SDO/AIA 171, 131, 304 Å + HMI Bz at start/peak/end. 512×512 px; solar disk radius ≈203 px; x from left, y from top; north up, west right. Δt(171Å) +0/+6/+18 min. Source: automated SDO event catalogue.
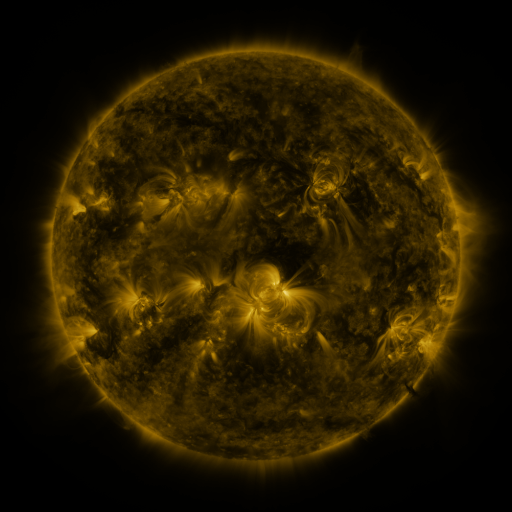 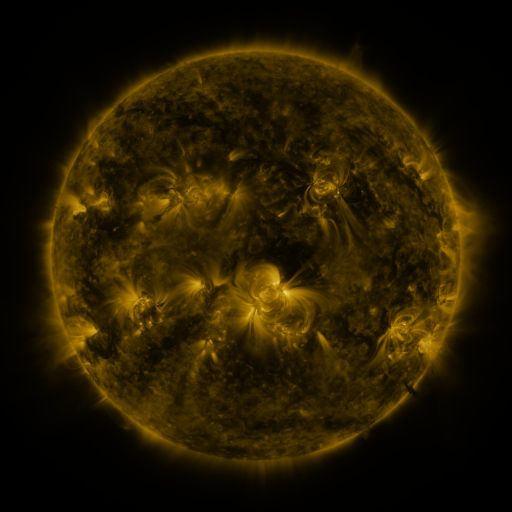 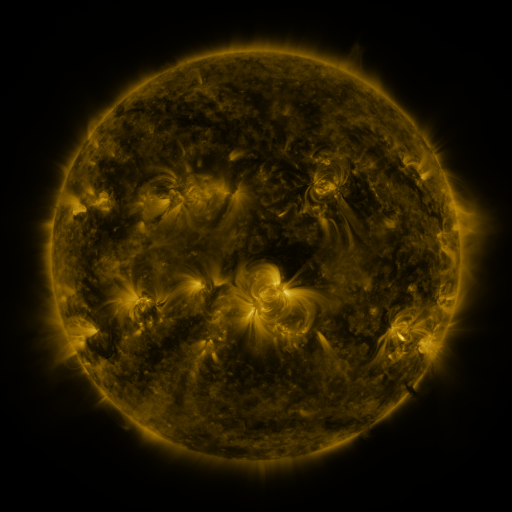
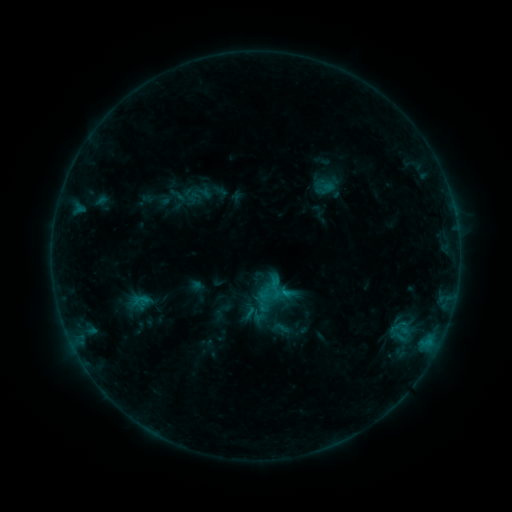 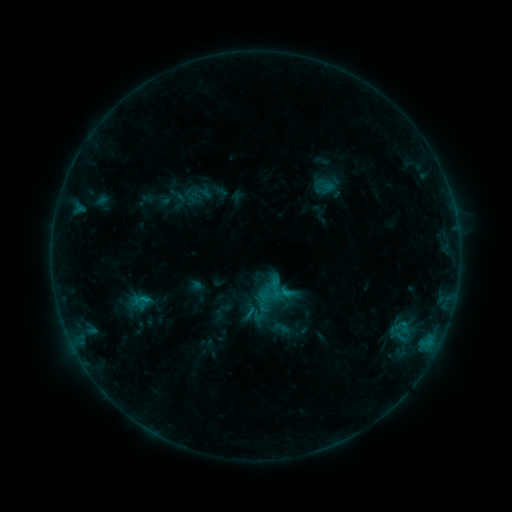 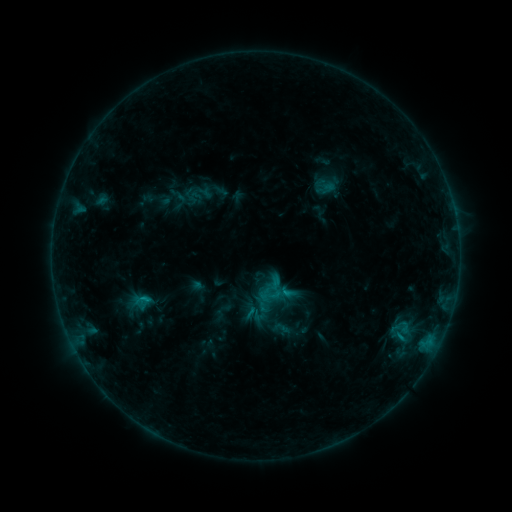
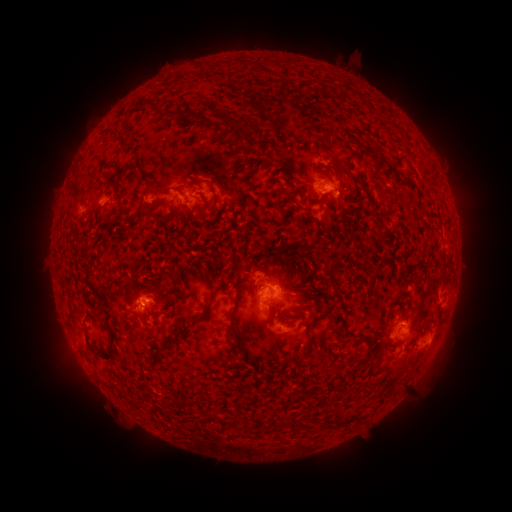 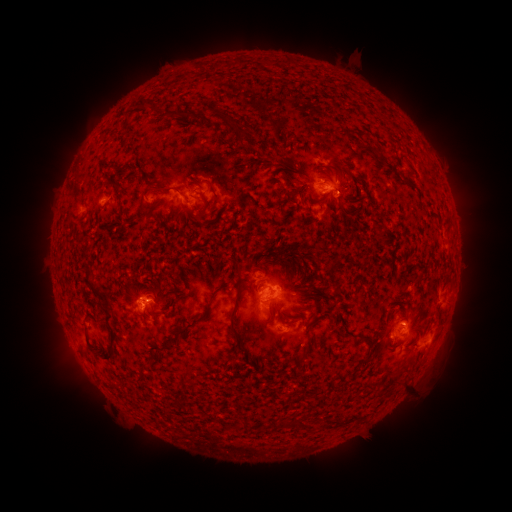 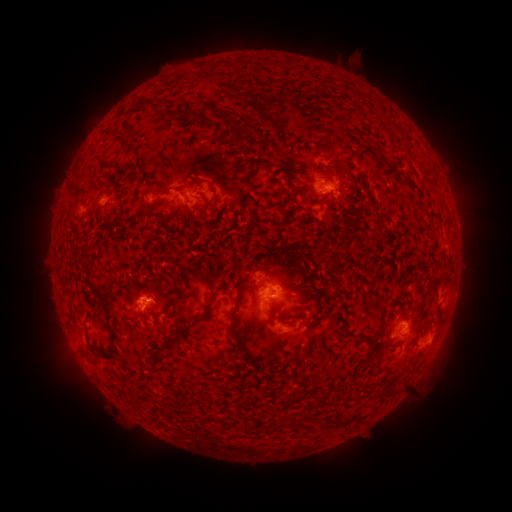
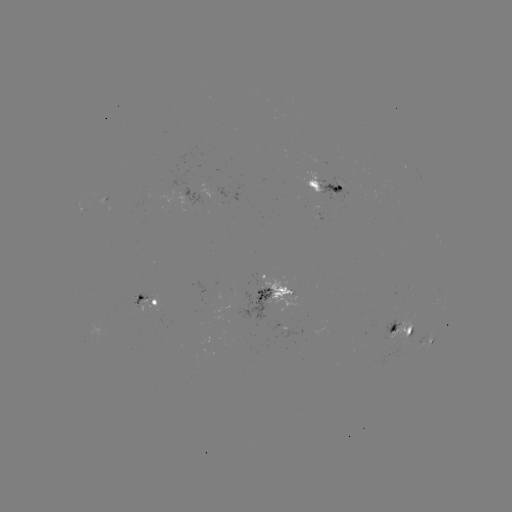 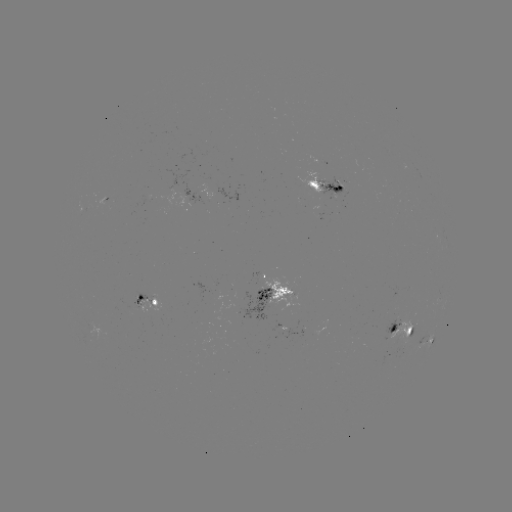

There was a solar flare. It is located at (146, 297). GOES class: B9.2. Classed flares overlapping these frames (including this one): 1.